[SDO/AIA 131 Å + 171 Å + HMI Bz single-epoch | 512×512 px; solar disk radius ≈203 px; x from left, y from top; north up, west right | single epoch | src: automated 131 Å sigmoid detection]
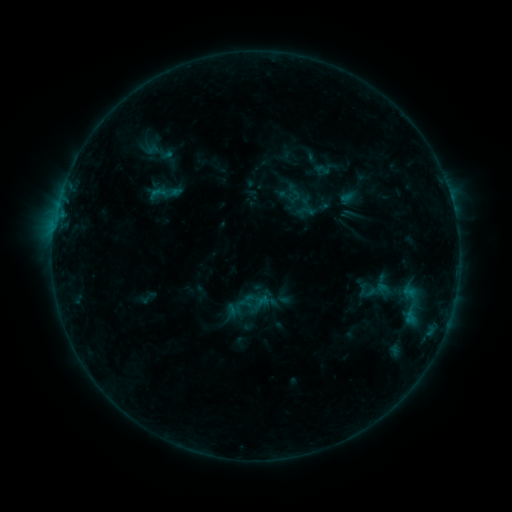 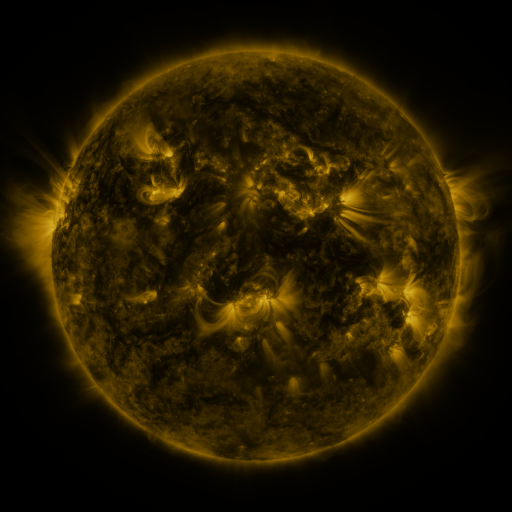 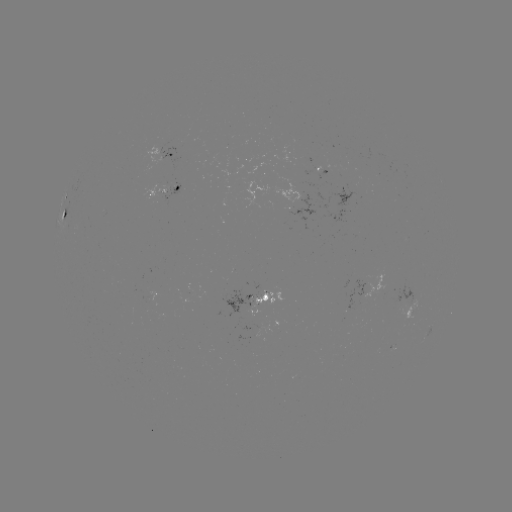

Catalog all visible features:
sigmoid: <bbox>387, 275, 433, 333</bbox>
